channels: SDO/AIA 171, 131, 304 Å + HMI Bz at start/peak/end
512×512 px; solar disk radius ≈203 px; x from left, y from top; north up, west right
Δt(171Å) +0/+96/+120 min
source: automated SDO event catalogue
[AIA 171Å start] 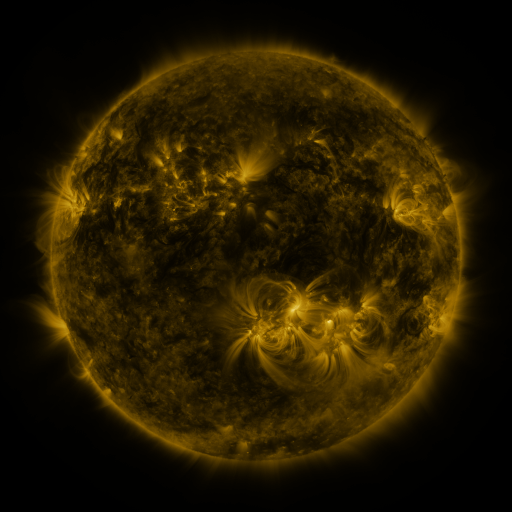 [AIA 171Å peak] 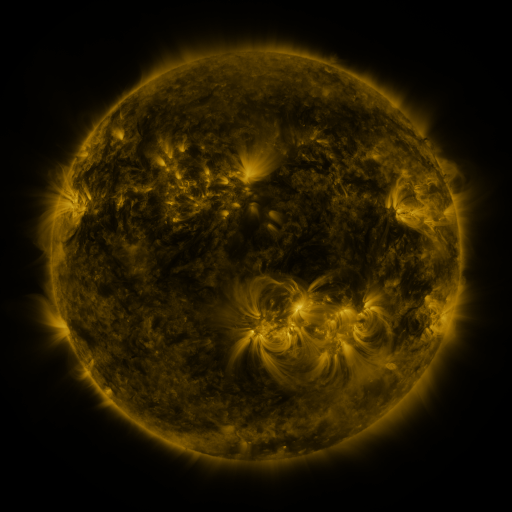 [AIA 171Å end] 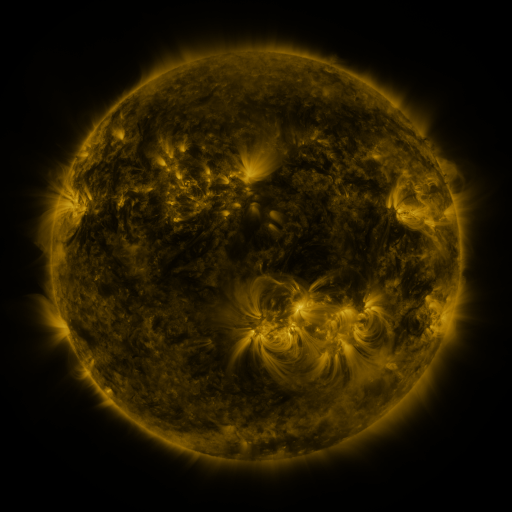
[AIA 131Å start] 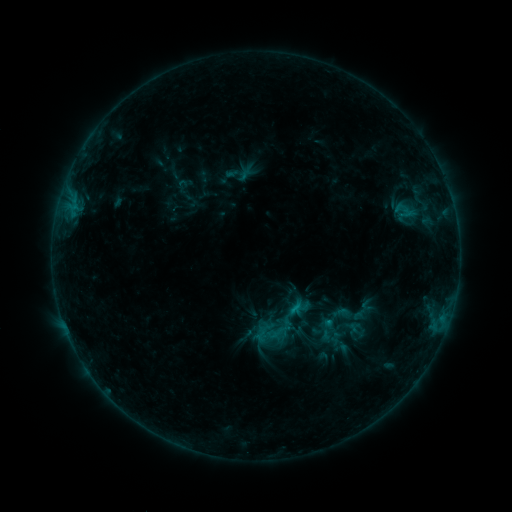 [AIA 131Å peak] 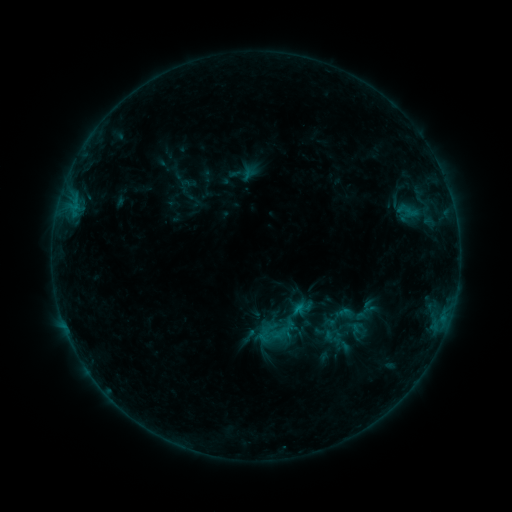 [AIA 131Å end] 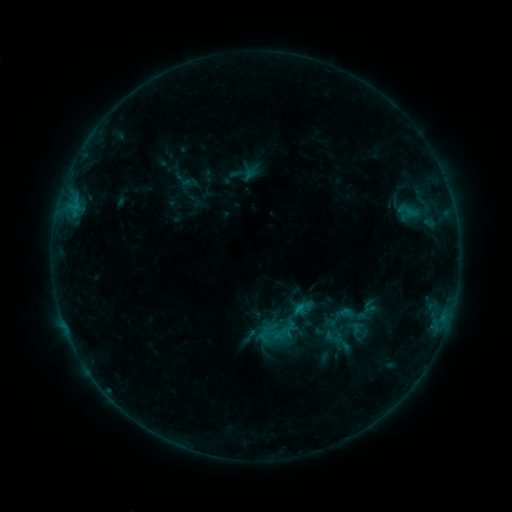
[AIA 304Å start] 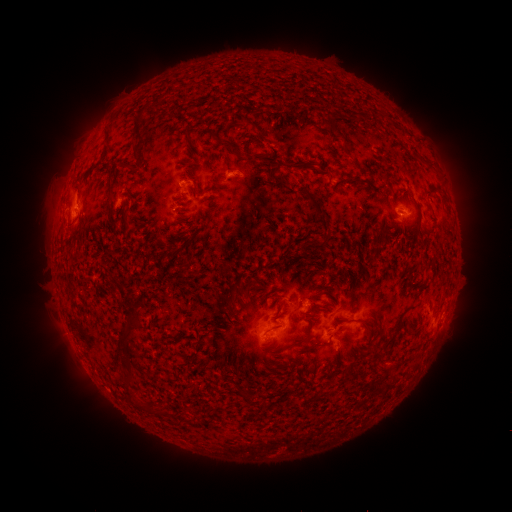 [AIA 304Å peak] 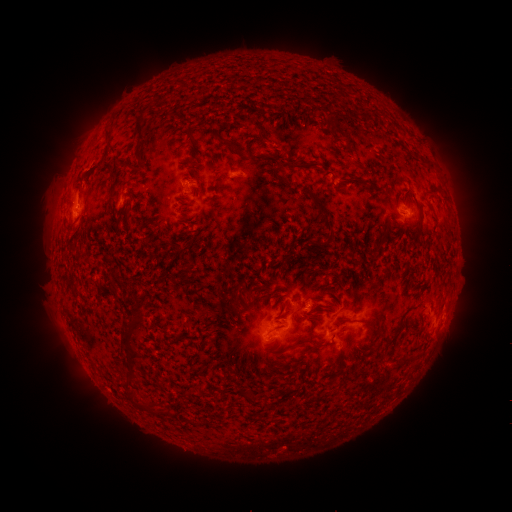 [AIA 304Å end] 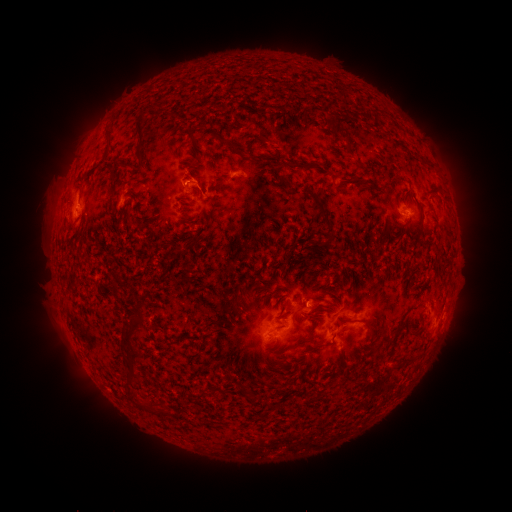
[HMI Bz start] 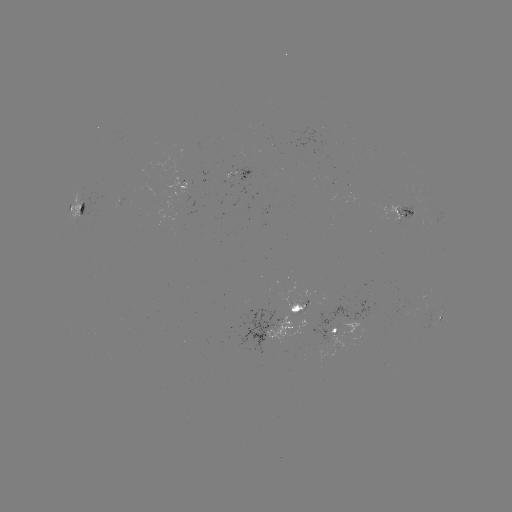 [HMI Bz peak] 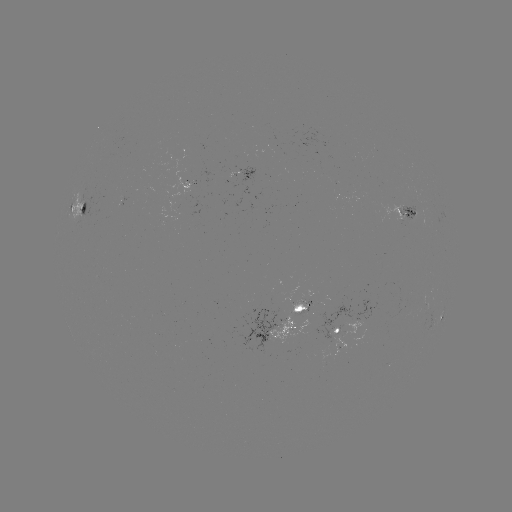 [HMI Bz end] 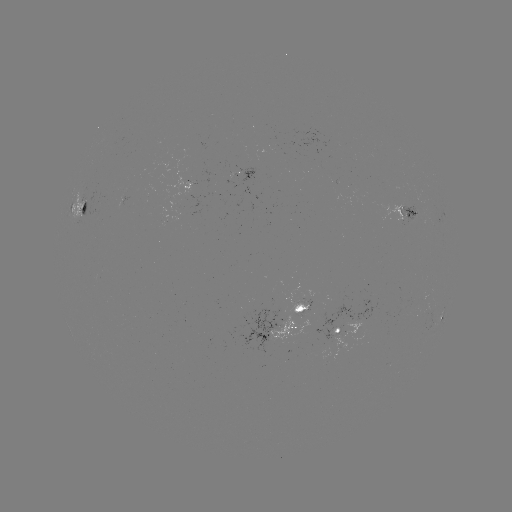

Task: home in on emerging-flux region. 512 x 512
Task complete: [300, 312].